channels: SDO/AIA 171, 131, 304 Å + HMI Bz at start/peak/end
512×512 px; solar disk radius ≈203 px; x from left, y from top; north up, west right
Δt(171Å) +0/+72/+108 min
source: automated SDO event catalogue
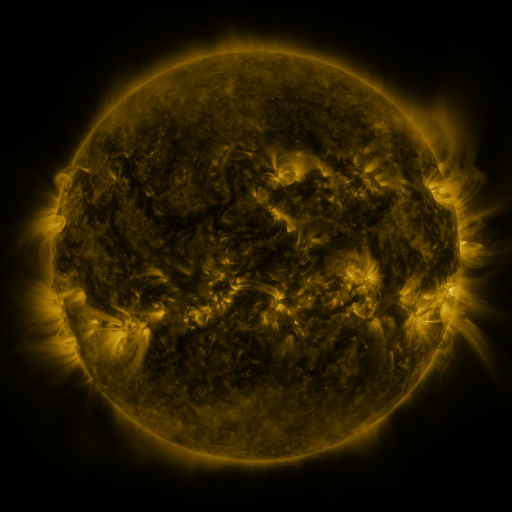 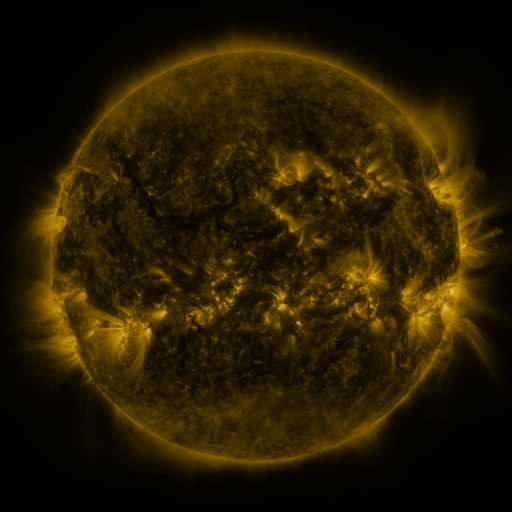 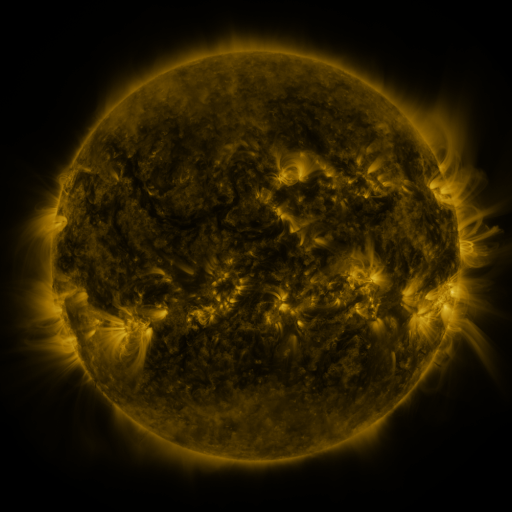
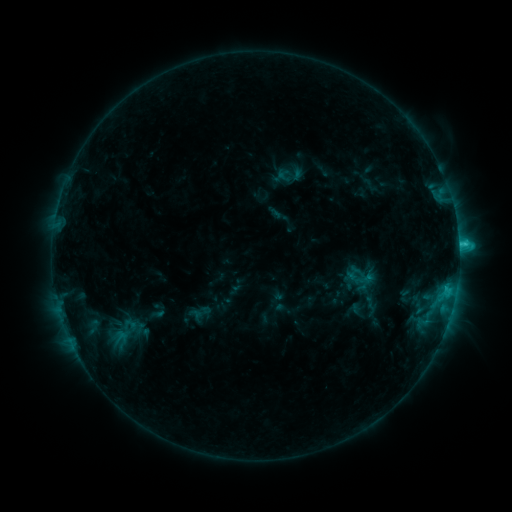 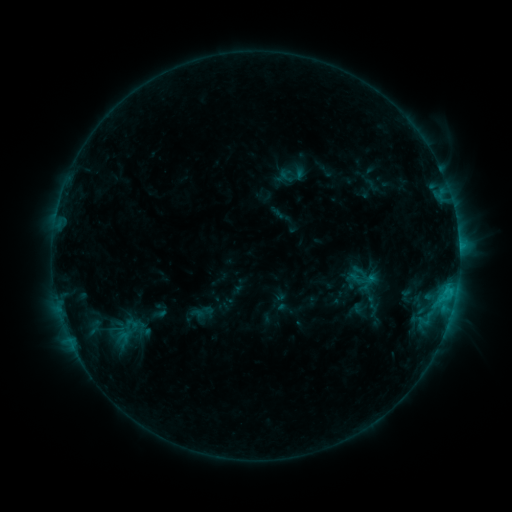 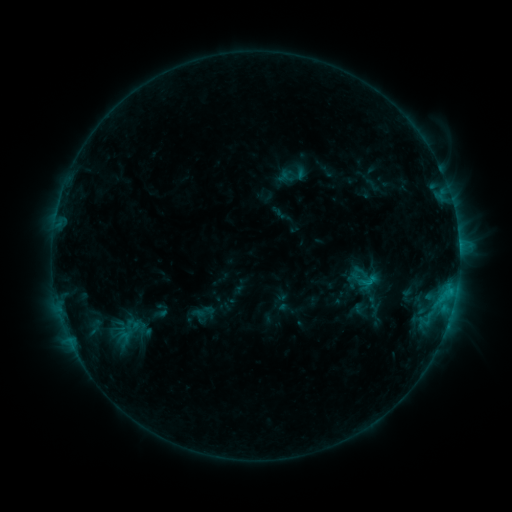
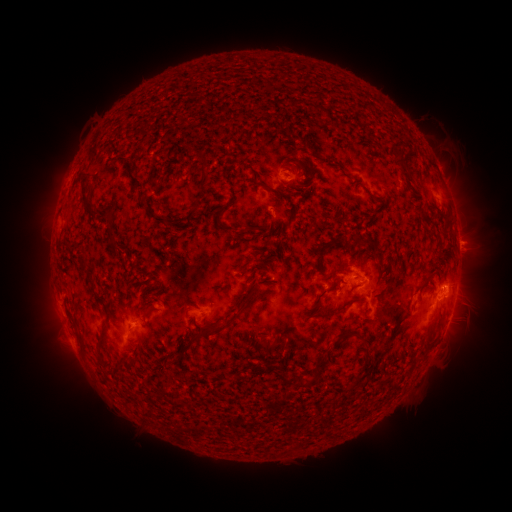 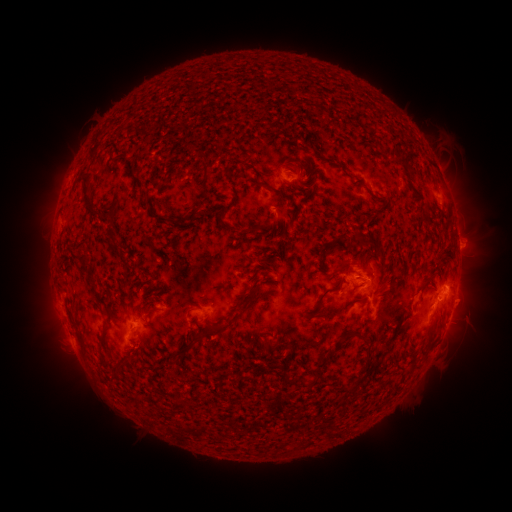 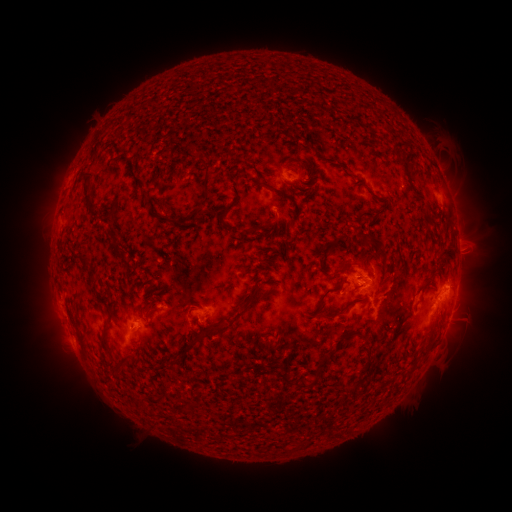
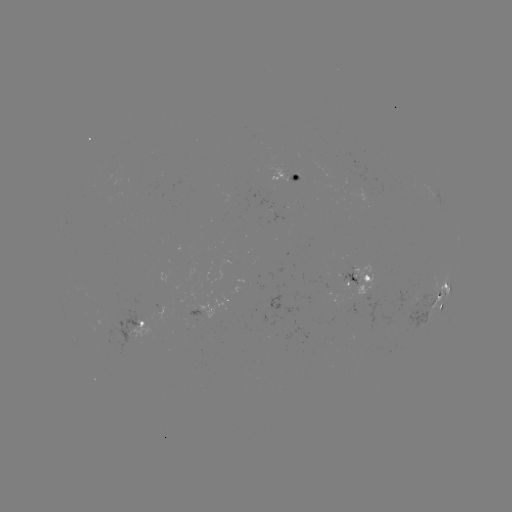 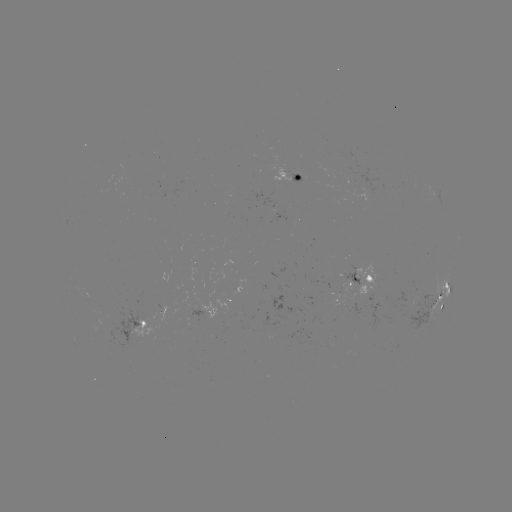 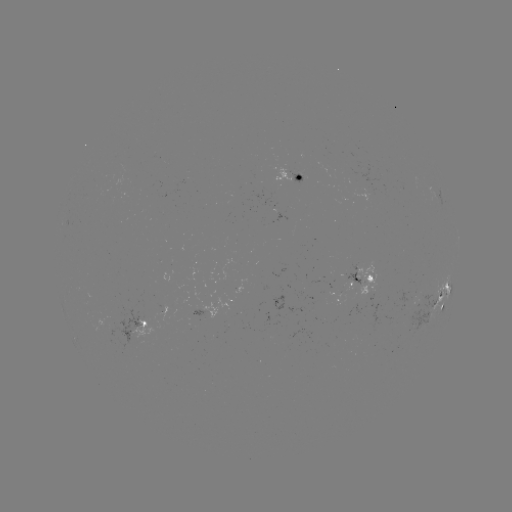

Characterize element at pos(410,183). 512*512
emerging-flux region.